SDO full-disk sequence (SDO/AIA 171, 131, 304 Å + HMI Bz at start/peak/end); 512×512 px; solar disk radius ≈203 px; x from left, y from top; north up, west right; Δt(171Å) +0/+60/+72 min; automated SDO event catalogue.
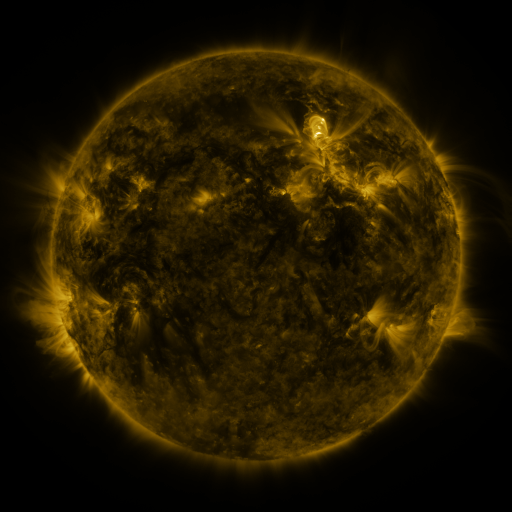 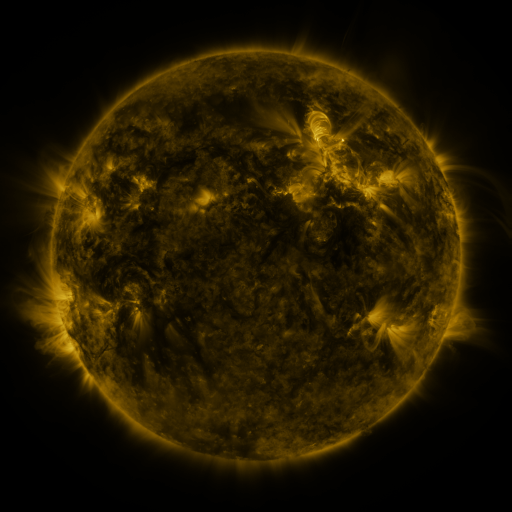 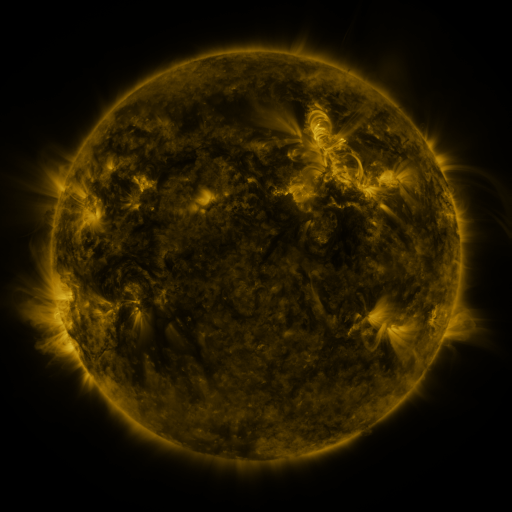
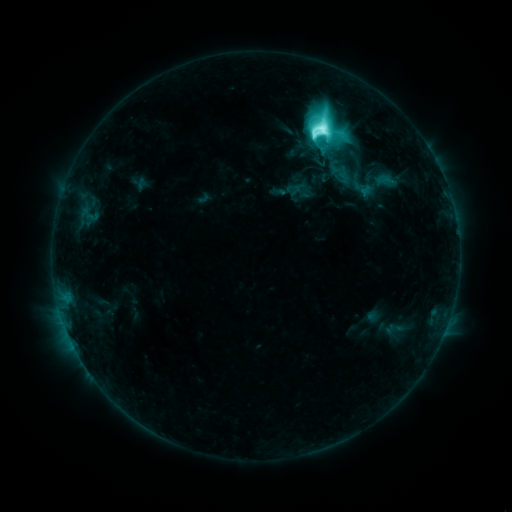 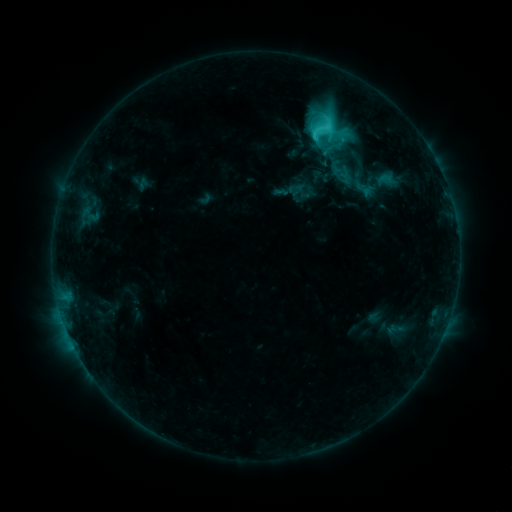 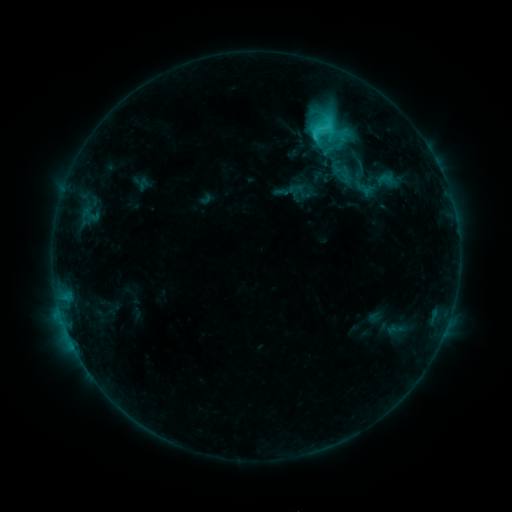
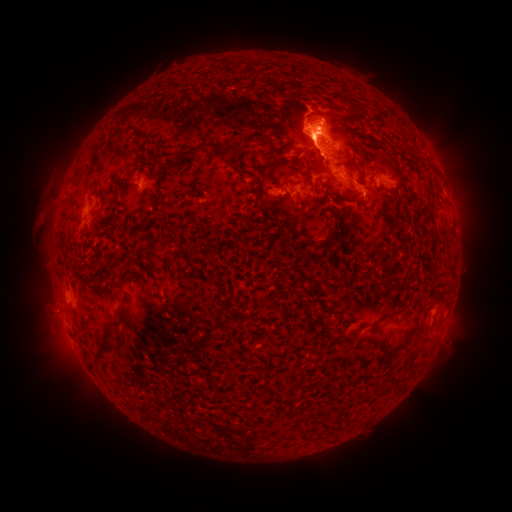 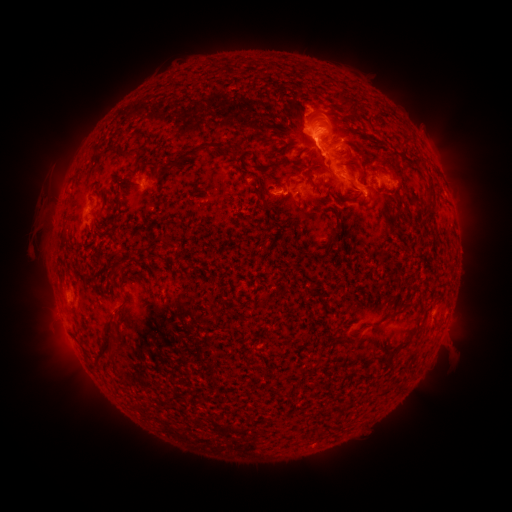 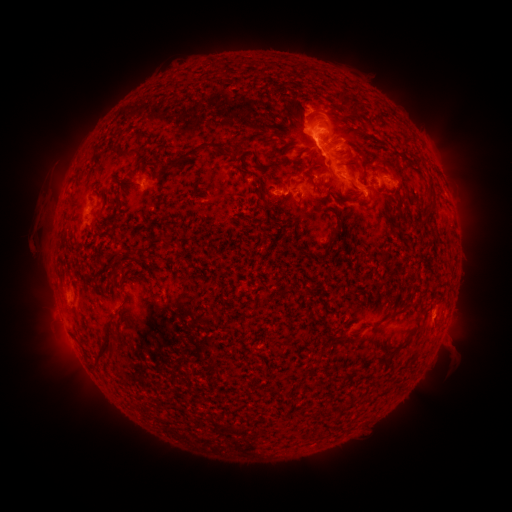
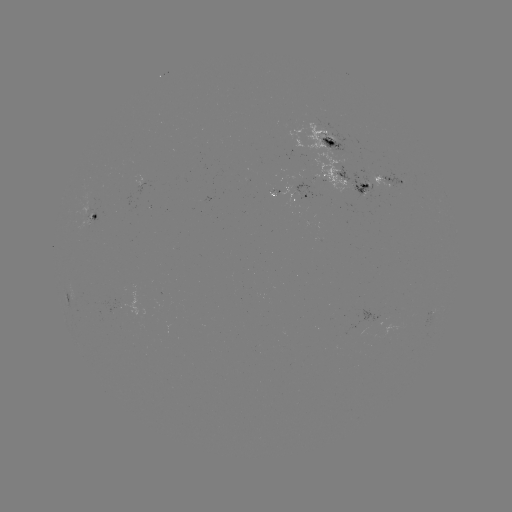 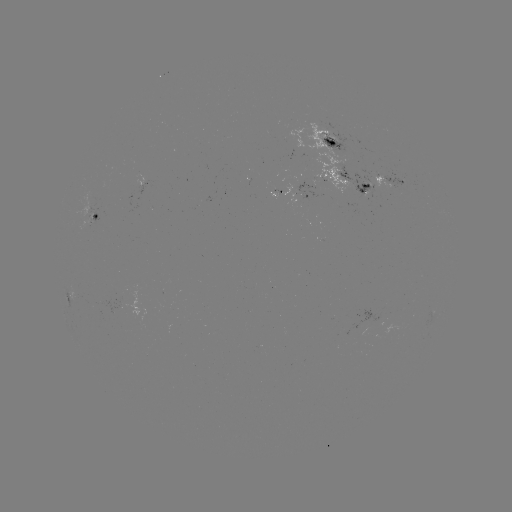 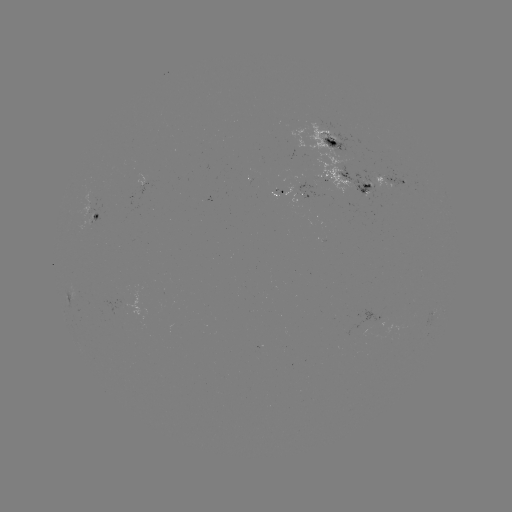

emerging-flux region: <bbox>87, 208, 99, 214</bbox>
